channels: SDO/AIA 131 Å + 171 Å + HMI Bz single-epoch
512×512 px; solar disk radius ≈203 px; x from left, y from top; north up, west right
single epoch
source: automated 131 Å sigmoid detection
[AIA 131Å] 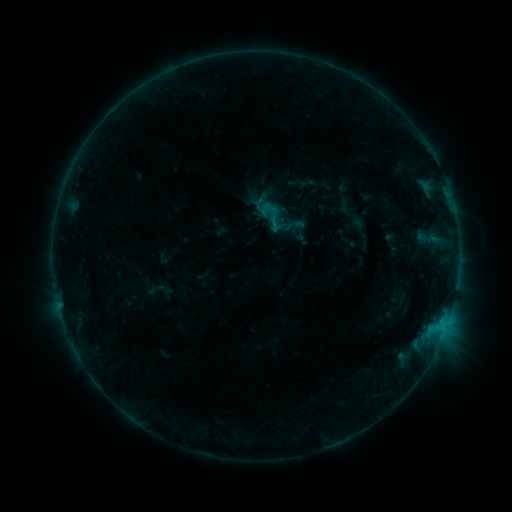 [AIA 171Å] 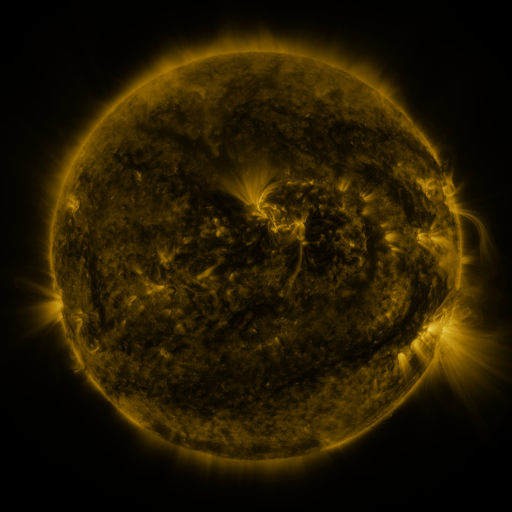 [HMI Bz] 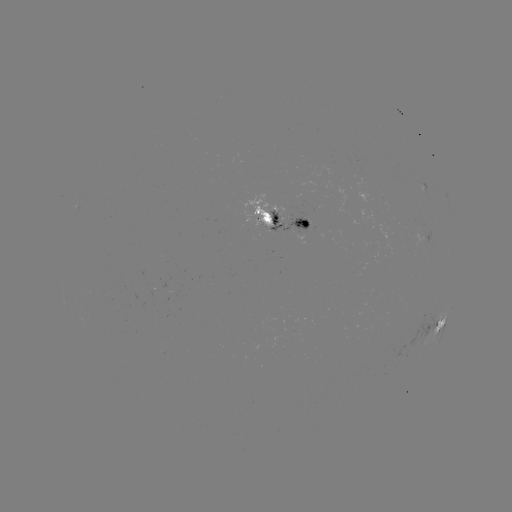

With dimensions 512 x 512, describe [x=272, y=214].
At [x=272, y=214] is sigmoid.